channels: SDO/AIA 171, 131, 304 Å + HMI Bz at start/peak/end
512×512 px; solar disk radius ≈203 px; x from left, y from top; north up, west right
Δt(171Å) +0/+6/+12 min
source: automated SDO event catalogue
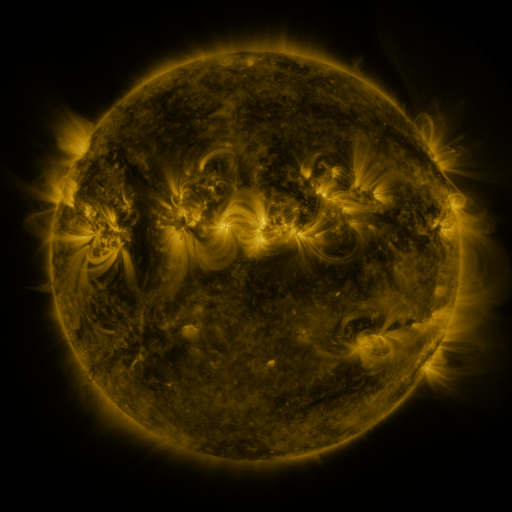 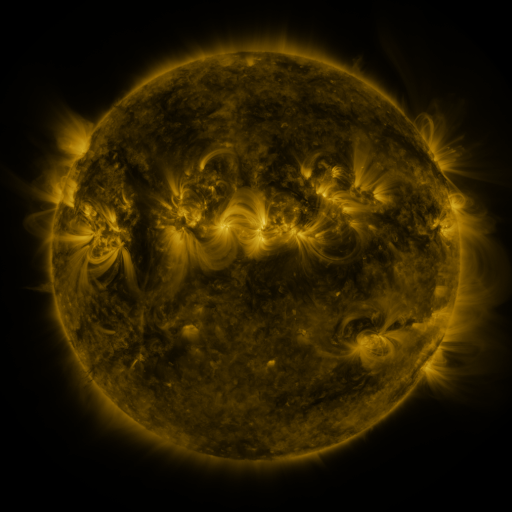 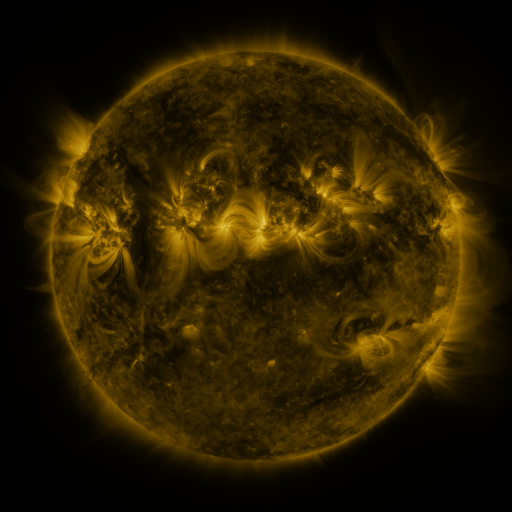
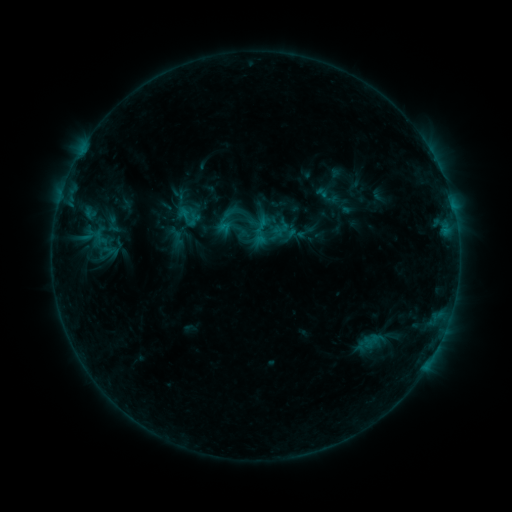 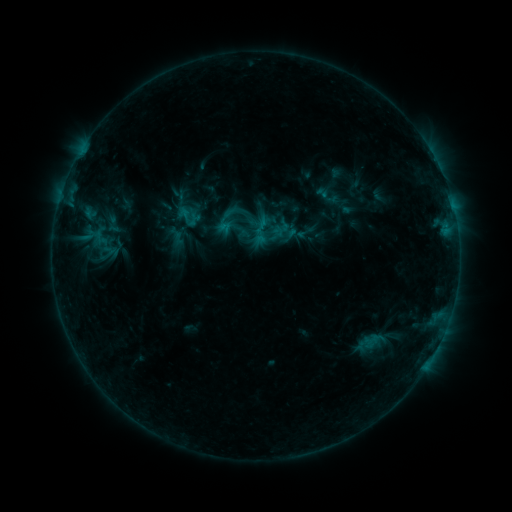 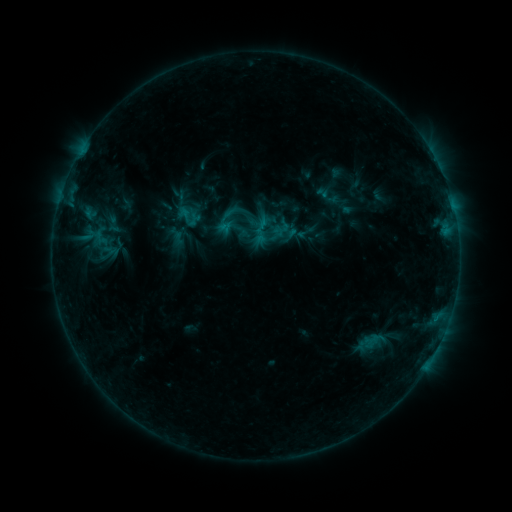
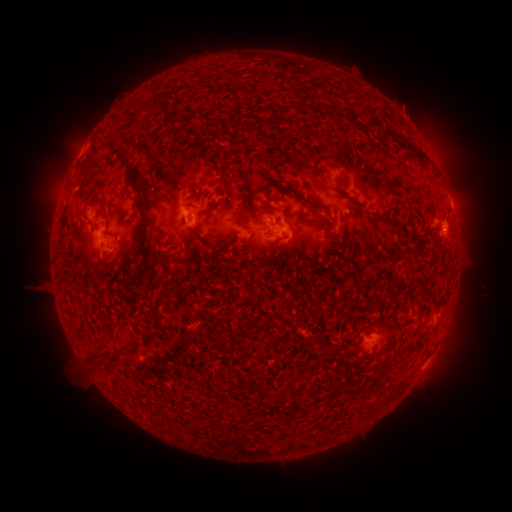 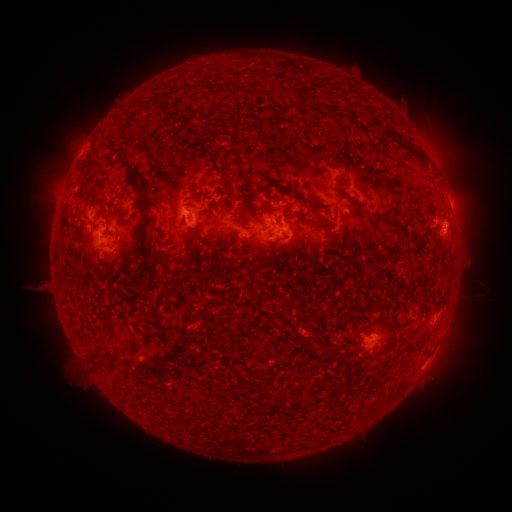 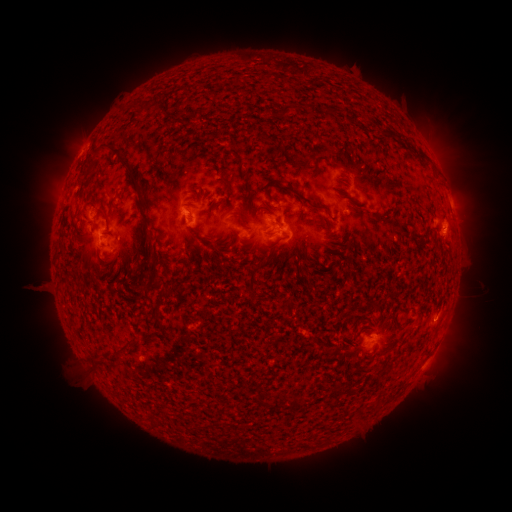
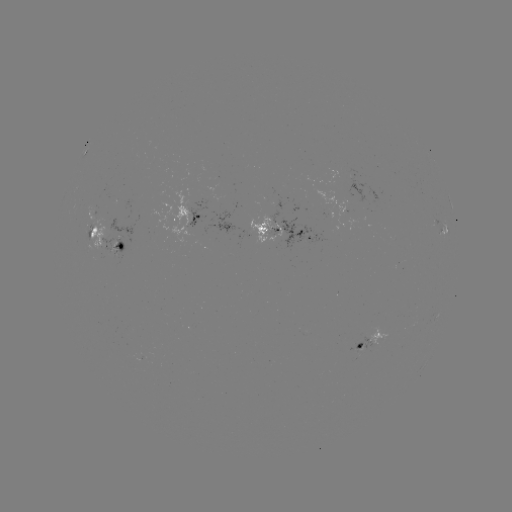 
no flare in any classed list; no EUV-trigger detection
